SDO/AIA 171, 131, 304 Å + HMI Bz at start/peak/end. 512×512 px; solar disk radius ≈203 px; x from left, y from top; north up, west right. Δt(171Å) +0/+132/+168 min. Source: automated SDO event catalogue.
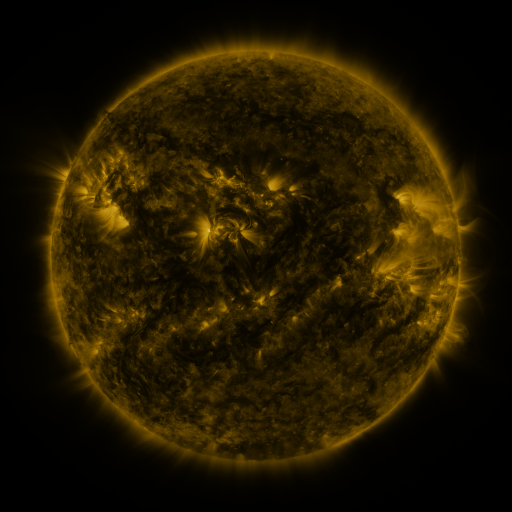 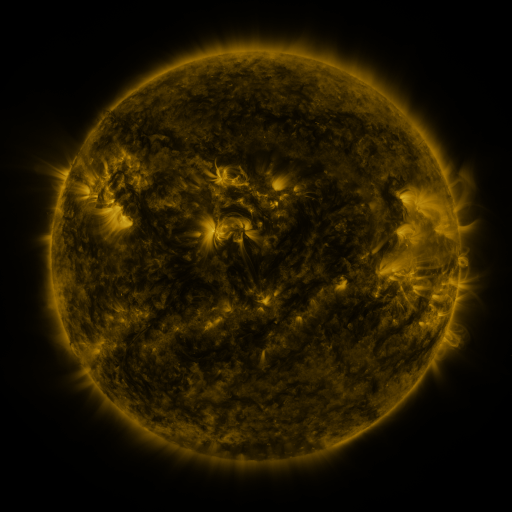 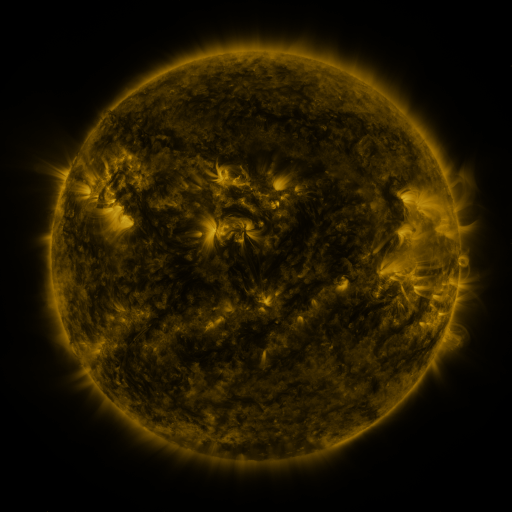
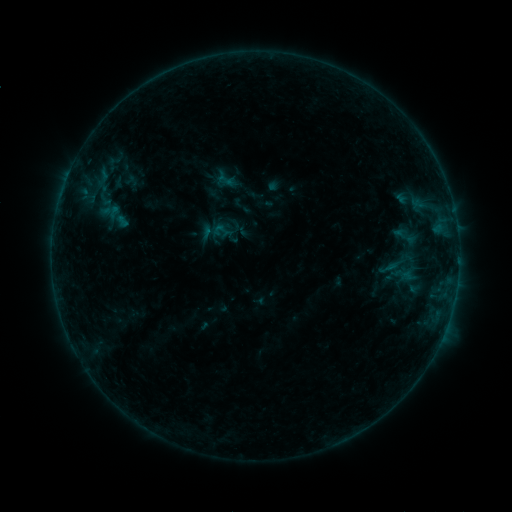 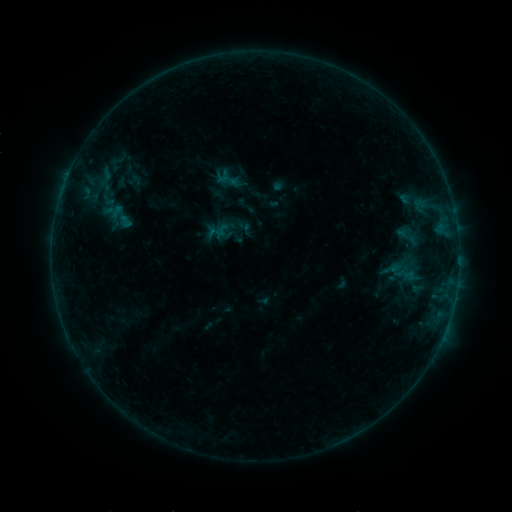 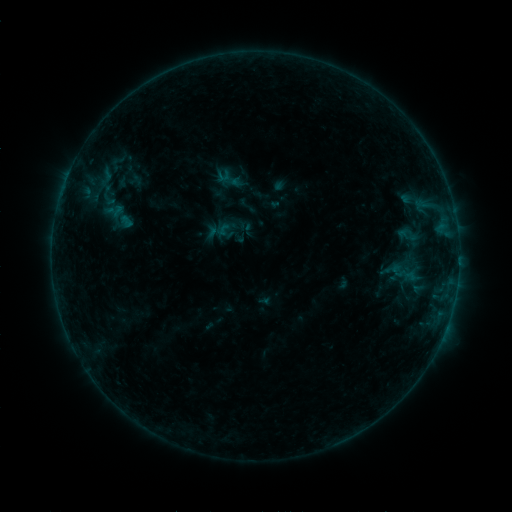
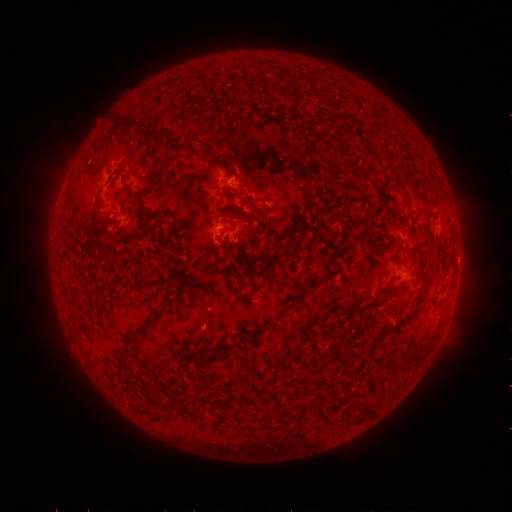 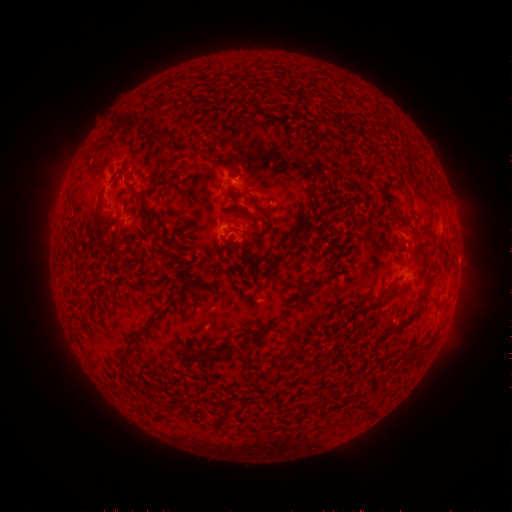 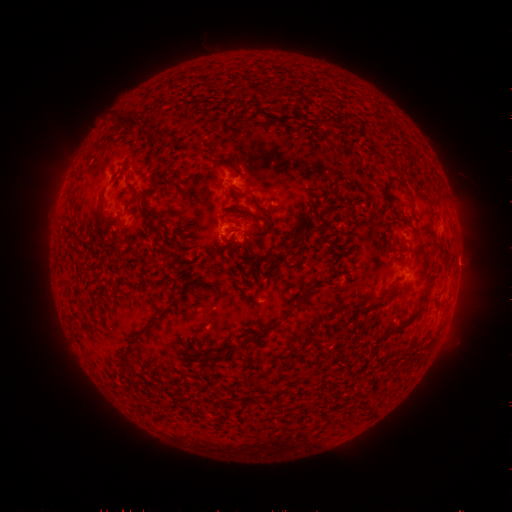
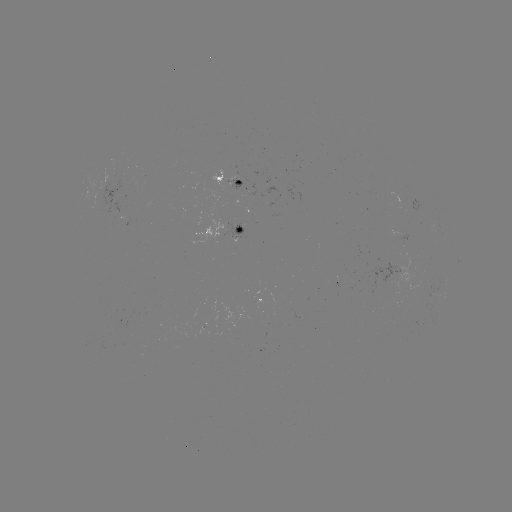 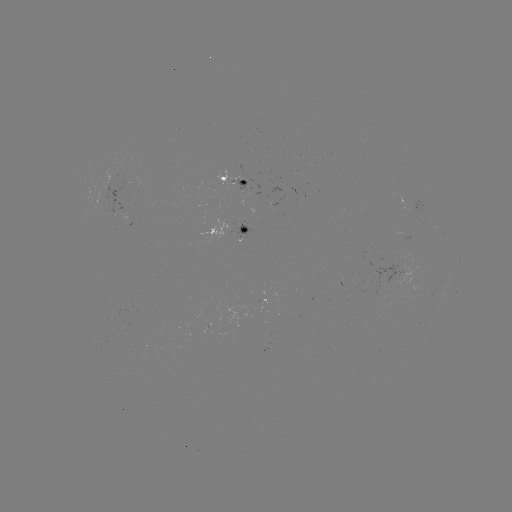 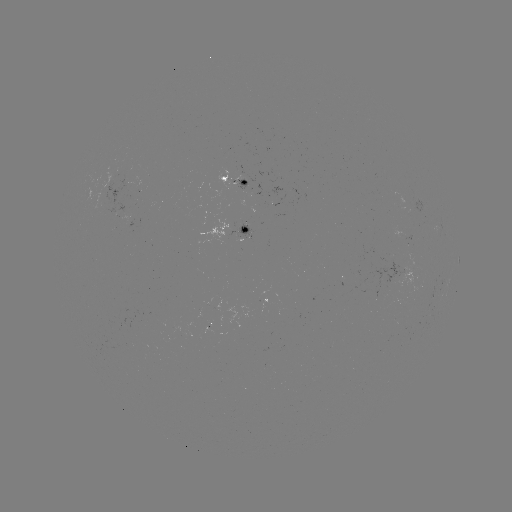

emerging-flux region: <bbox>219, 225, 247, 247</bbox>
